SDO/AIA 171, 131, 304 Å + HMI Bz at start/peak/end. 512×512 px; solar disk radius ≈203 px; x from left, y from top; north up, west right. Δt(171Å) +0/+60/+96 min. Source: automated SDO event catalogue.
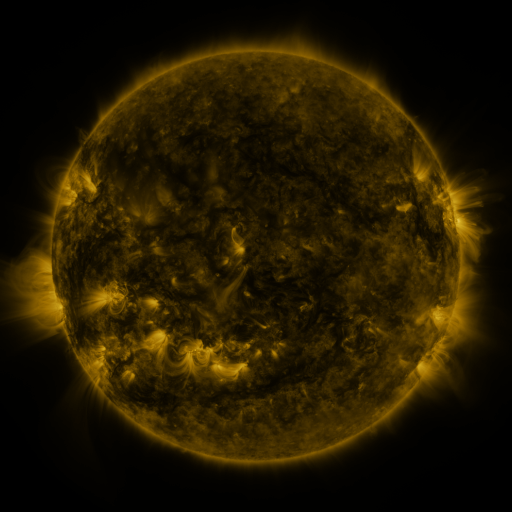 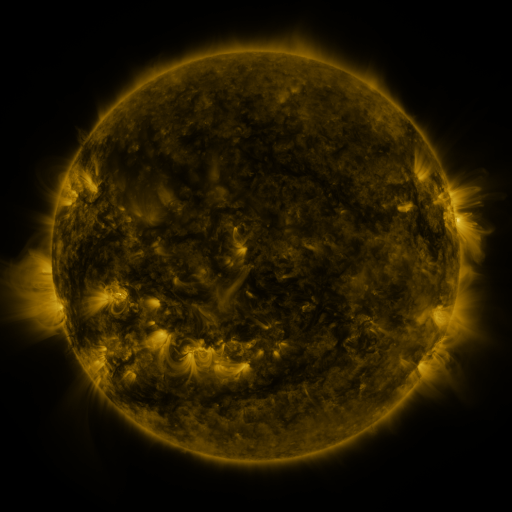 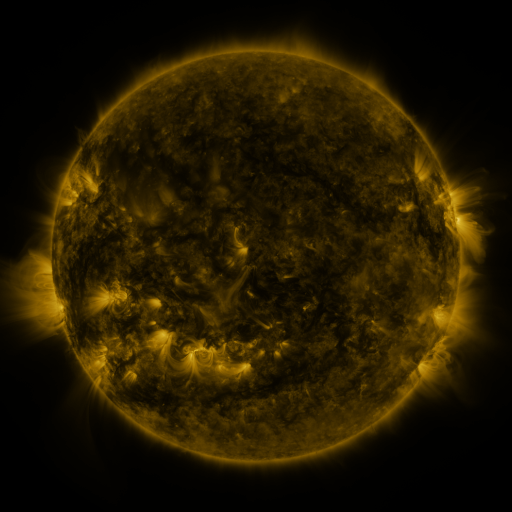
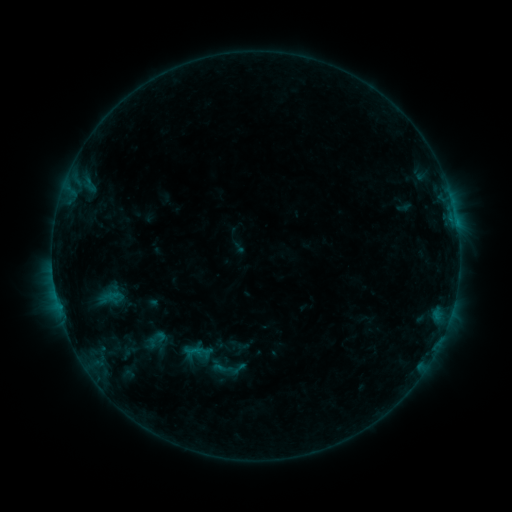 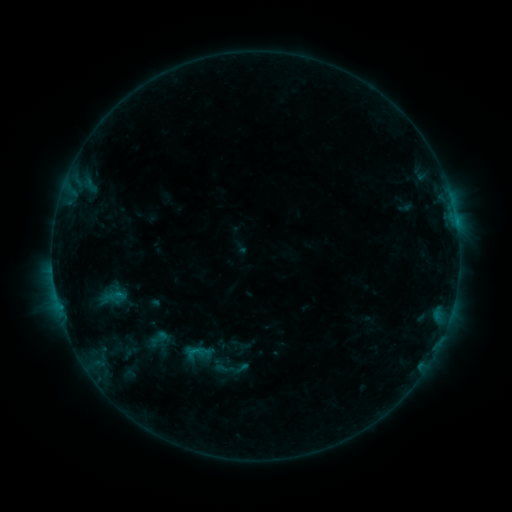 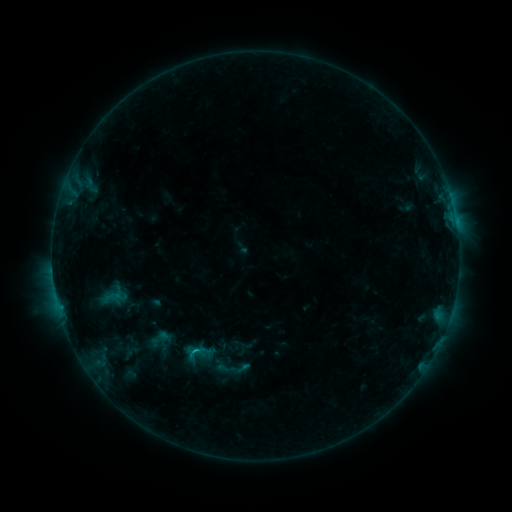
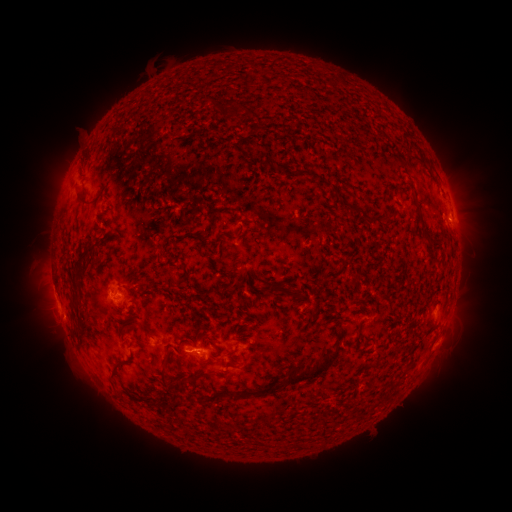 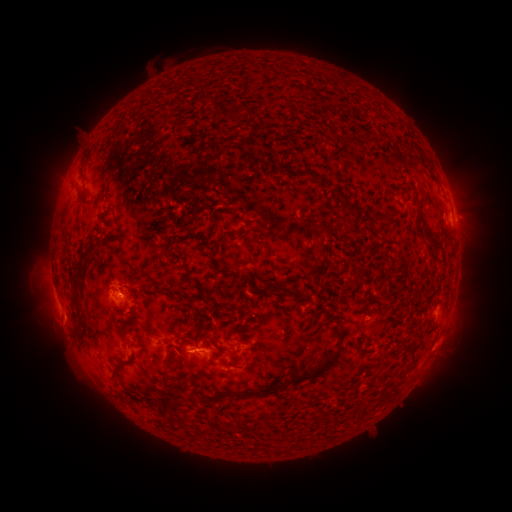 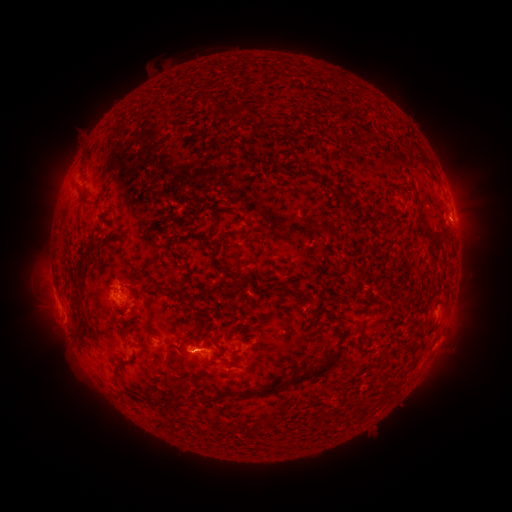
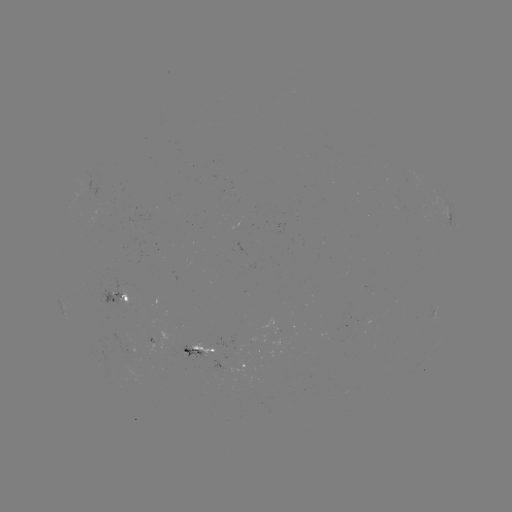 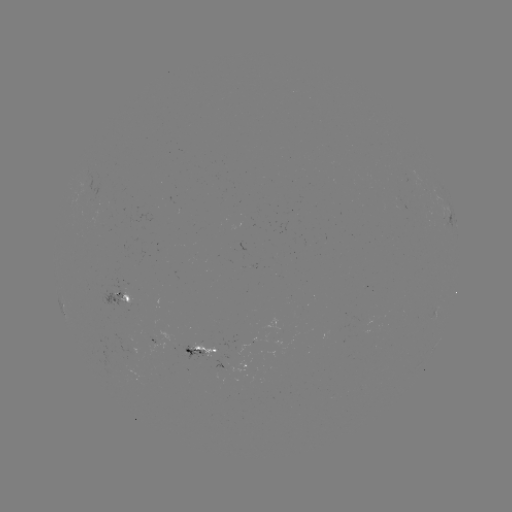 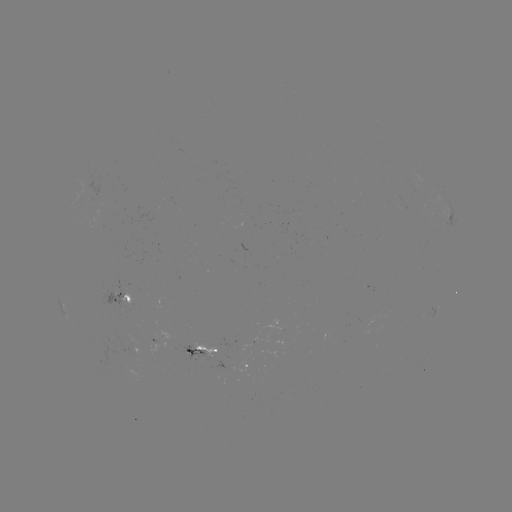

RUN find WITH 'emerging-flux region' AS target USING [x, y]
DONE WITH [212, 345] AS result